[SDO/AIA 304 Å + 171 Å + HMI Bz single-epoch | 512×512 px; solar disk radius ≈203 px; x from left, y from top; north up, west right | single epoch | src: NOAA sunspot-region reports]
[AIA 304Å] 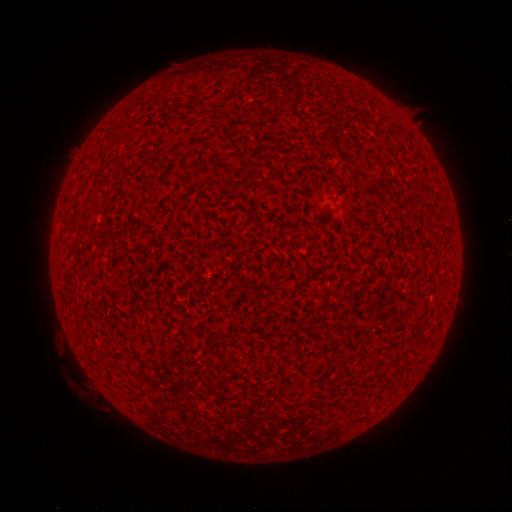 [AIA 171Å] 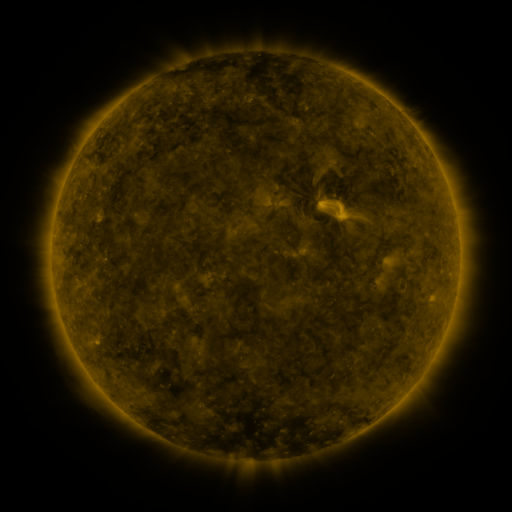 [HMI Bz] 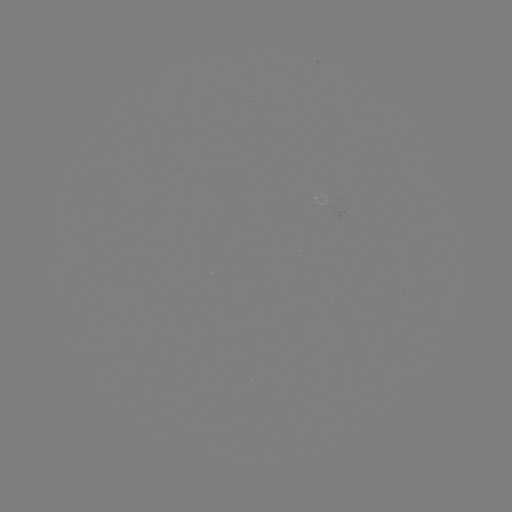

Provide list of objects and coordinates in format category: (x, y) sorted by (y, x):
(none)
